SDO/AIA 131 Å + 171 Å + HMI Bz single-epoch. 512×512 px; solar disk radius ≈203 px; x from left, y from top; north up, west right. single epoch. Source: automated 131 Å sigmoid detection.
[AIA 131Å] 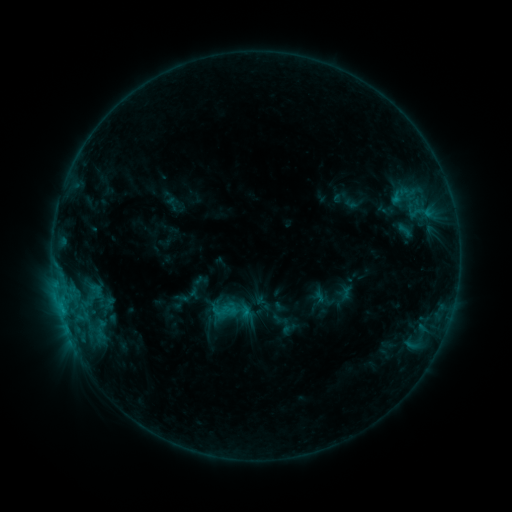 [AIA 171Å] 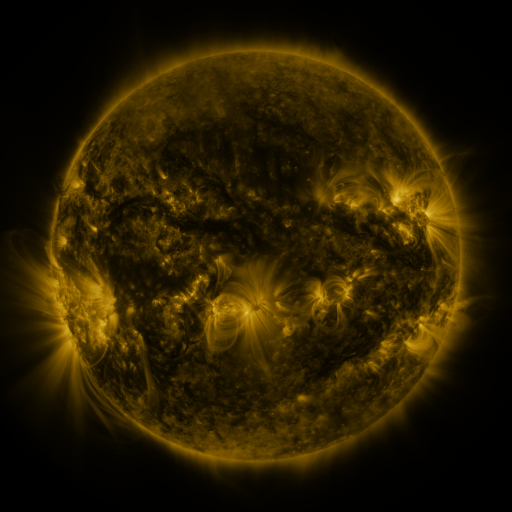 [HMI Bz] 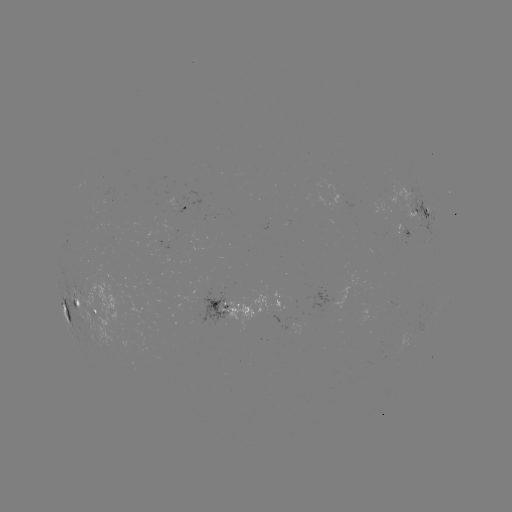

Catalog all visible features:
sigmoid: (405, 230)
sigmoid: (96, 291)
